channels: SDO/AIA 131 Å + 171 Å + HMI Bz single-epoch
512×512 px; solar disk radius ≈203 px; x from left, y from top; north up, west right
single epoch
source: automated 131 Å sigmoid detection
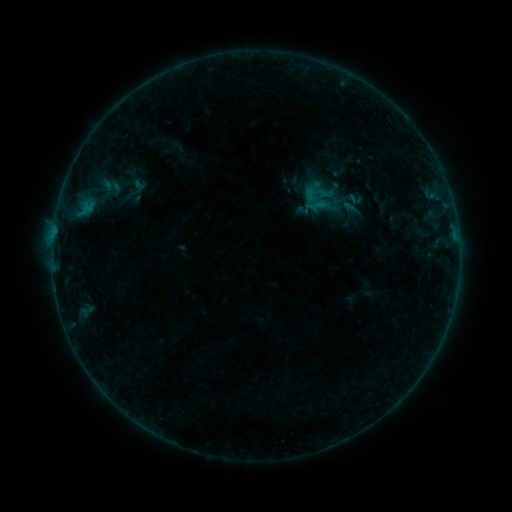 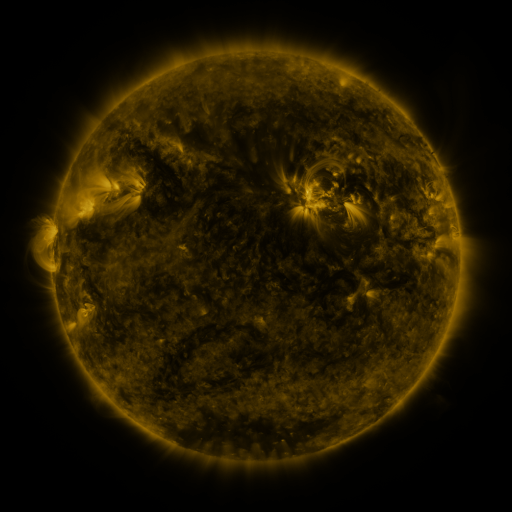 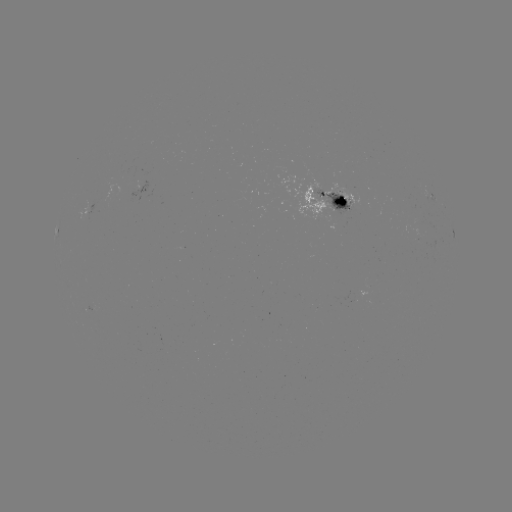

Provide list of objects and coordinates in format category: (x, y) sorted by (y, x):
sigmoid: (112, 186)
